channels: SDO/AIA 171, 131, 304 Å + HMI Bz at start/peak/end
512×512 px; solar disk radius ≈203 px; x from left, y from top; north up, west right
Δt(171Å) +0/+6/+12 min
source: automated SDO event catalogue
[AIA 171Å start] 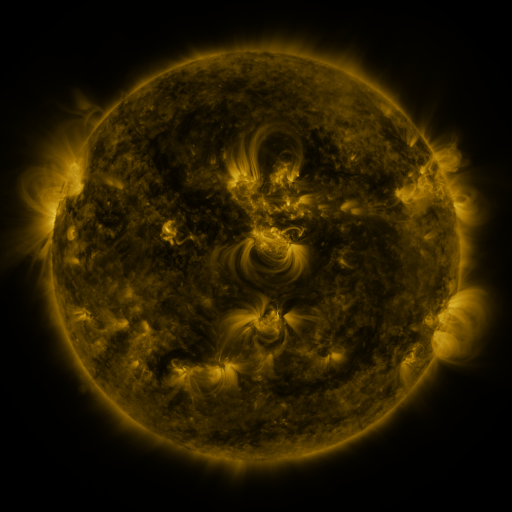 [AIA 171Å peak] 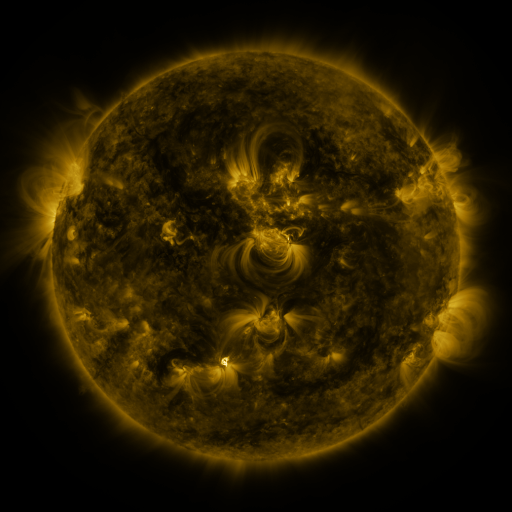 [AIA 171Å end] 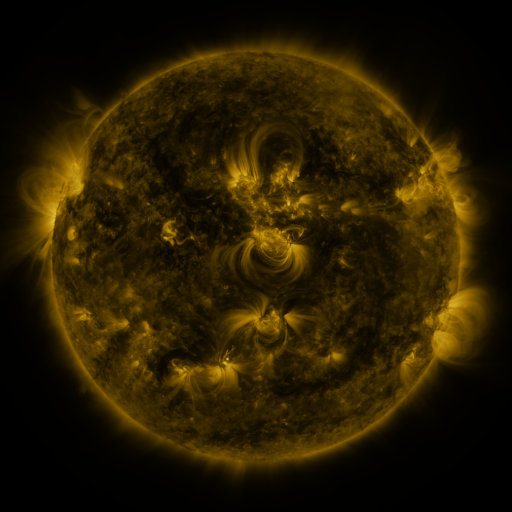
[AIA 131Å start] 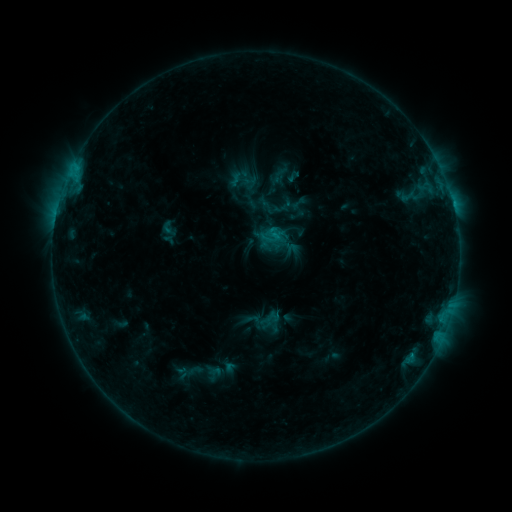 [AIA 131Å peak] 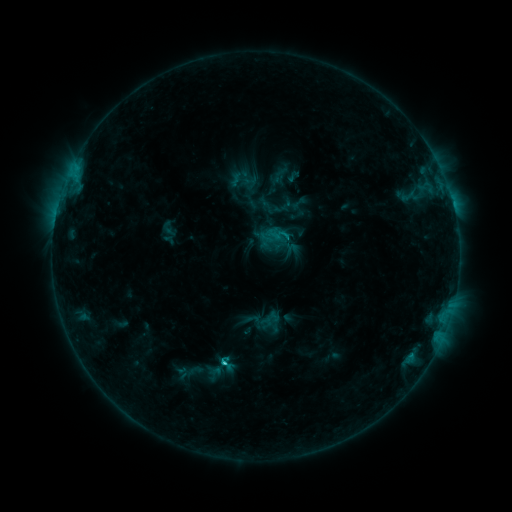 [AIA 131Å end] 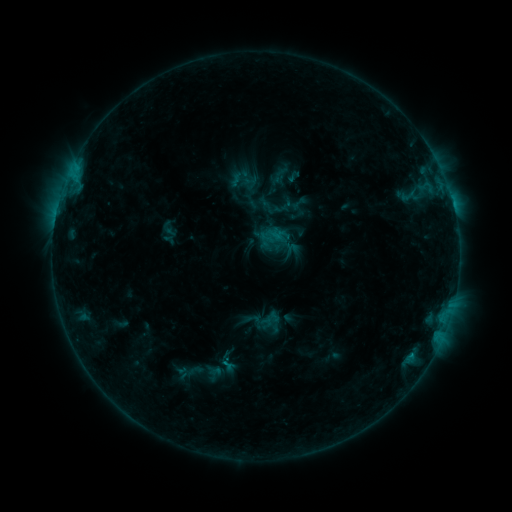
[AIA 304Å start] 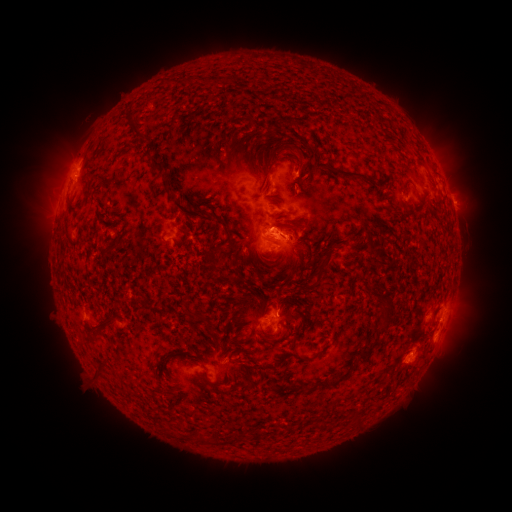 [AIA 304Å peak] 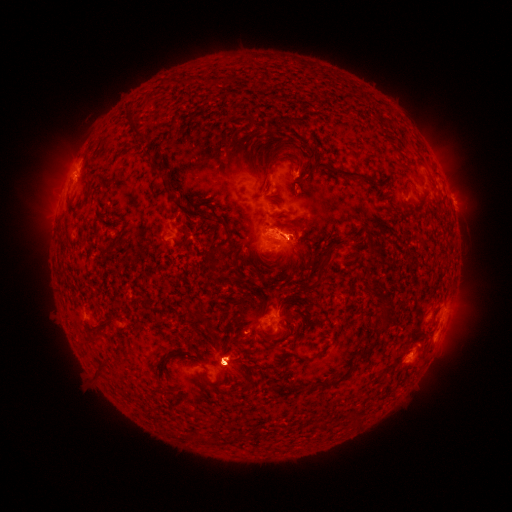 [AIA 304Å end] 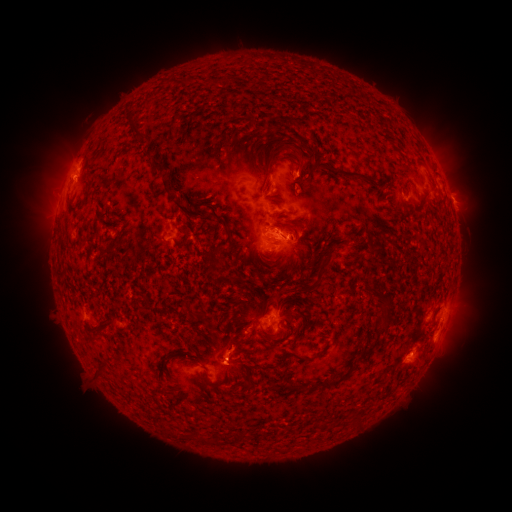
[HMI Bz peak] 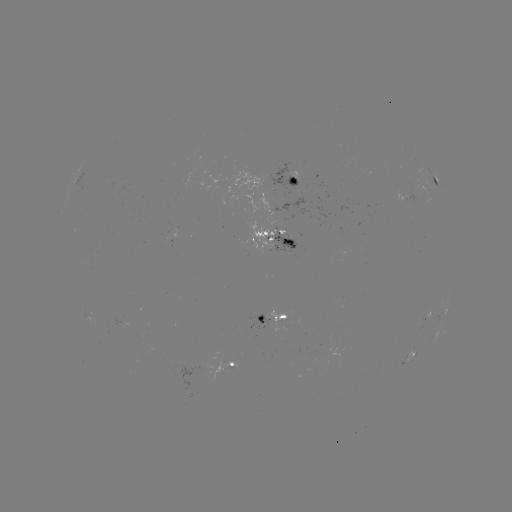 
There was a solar eruption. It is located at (455, 166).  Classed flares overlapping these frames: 1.